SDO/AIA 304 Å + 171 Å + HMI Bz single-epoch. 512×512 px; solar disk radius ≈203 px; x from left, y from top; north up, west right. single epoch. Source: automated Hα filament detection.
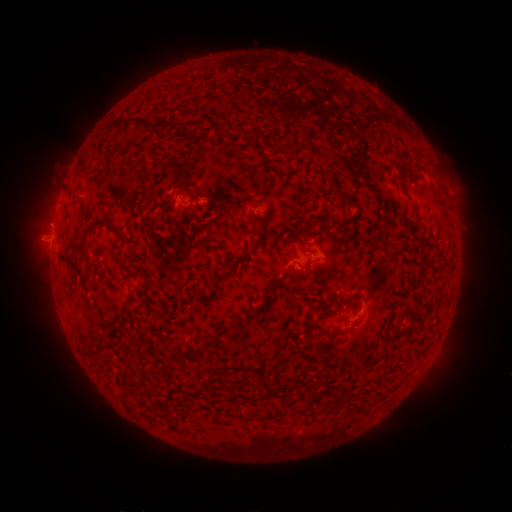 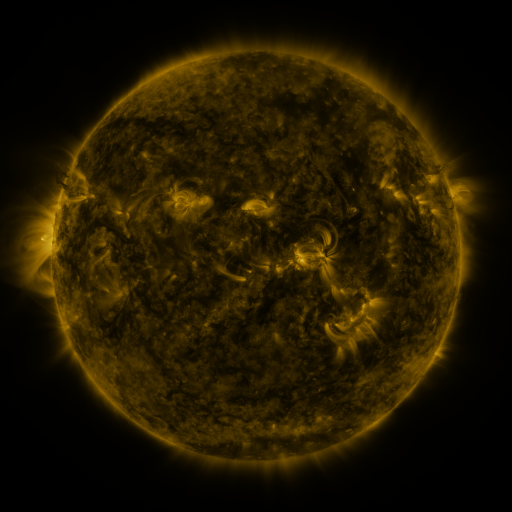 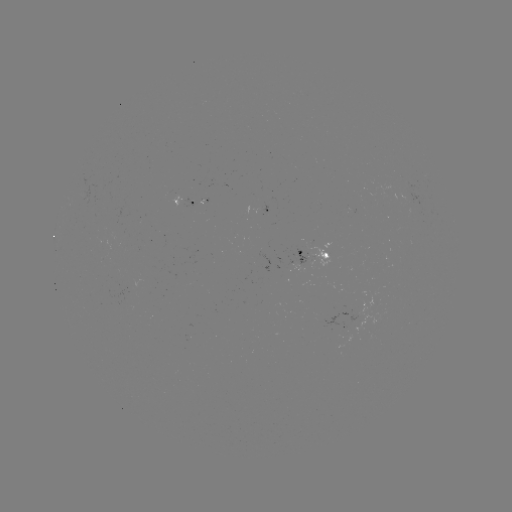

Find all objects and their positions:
filament: <bbox>180, 110, 189, 121</bbox>
filament: <bbox>124, 116, 141, 126</bbox>
filament: <bbox>272, 138, 303, 156</bbox>
filament: <bbox>414, 151, 425, 159</bbox>
filament: <bbox>319, 167, 332, 179</bbox>
filament: <bbox>396, 167, 405, 176</bbox>
filament: <bbox>331, 182, 342, 195</bbox>
filament: <bbox>68, 187, 78, 195</bbox>
filament: <bbox>221, 206, 233, 220</bbox>
filament: <bbox>85, 219, 103, 235</bbox>
filament: <bbox>80, 238, 90, 259</bbox>
filament: <bbox>299, 258, 315, 269</bbox>
filament: <bbox>142, 265, 150, 279</bbox>
filament: <bbox>263, 276, 281, 296</bbox>
filament: <bbox>124, 292, 134, 305</bbox>
filament: <bbox>352, 300, 358, 309</bbox>
filament: <bbox>250, 304, 261, 316</bbox>
filament: <bbox>302, 317, 318, 339</bbox>
filament: <bbox>316, 337, 337, 348</bbox>
